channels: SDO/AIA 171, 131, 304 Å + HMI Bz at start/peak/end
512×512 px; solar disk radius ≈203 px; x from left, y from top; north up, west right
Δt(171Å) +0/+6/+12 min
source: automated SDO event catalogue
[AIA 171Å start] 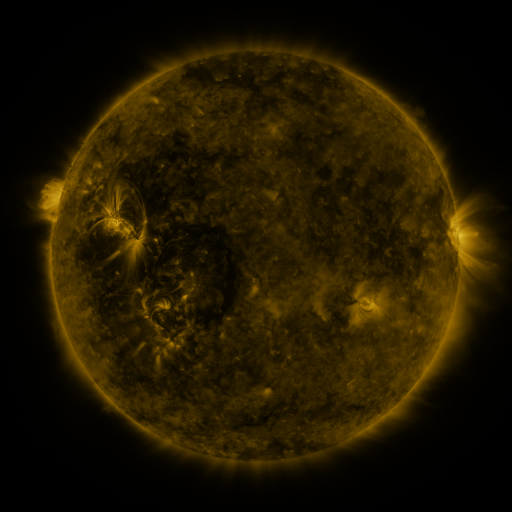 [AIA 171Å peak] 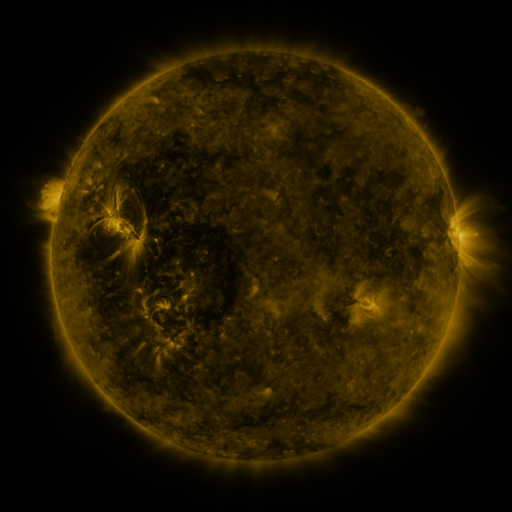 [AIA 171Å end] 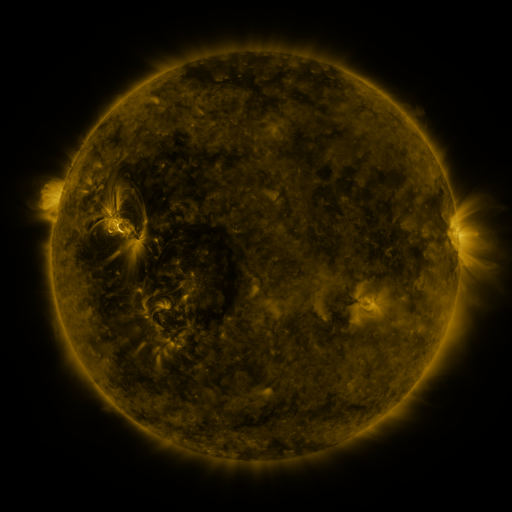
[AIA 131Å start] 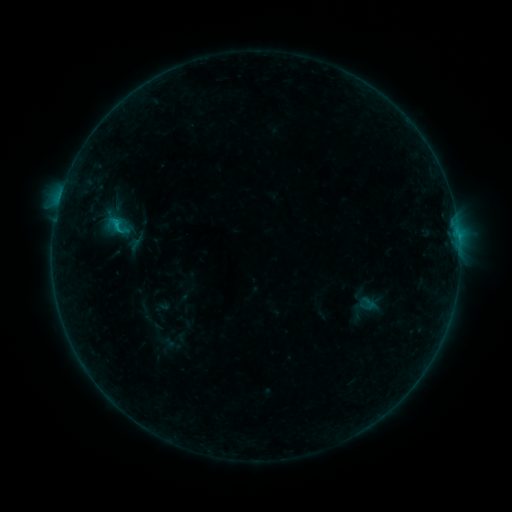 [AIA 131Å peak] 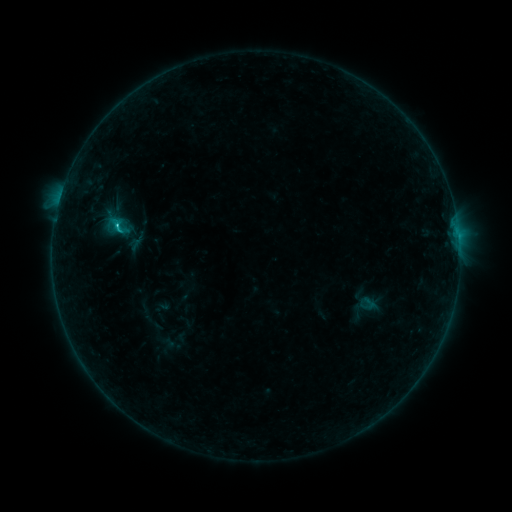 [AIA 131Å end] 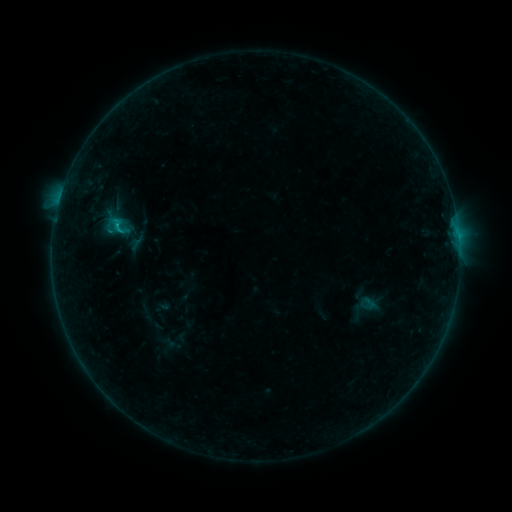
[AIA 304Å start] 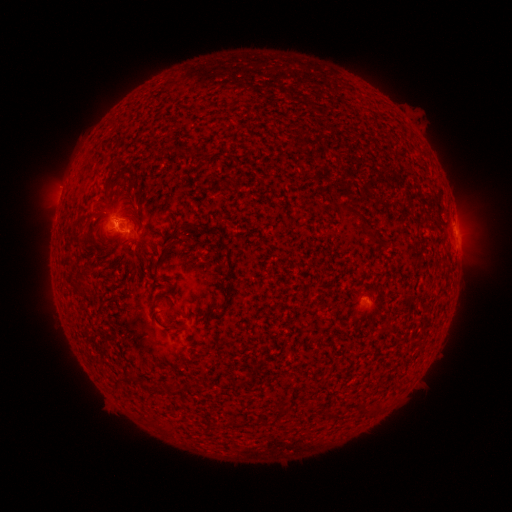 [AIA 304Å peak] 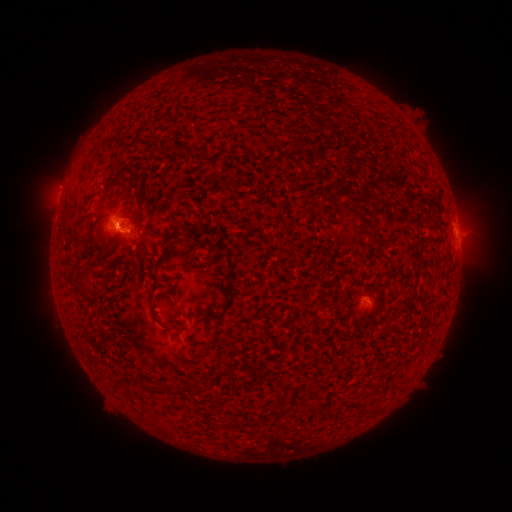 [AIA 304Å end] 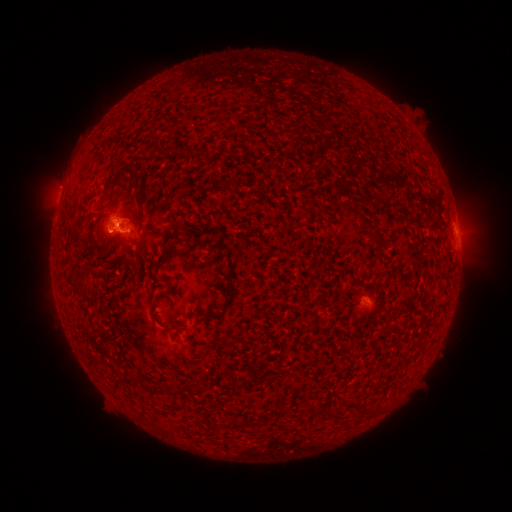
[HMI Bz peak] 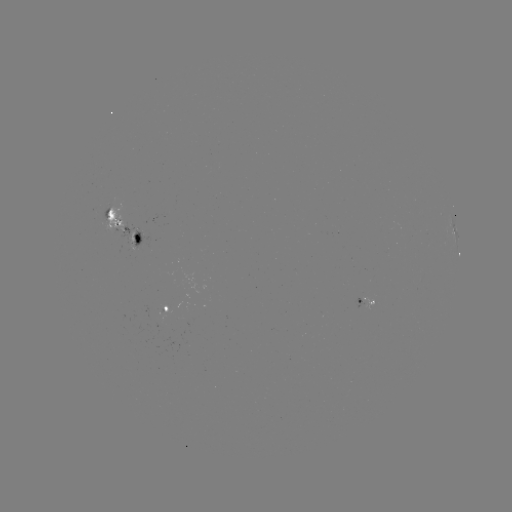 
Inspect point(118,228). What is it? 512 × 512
B8.0 flare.